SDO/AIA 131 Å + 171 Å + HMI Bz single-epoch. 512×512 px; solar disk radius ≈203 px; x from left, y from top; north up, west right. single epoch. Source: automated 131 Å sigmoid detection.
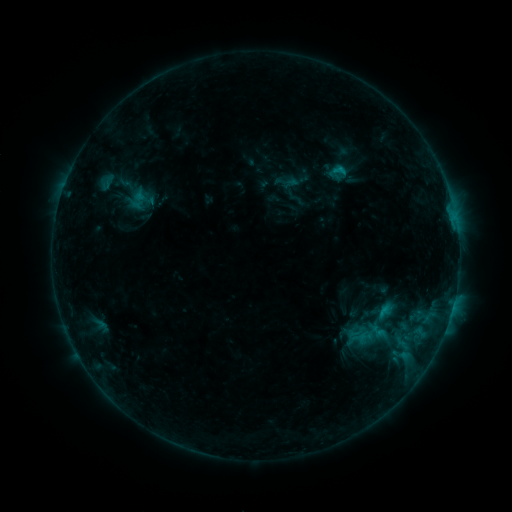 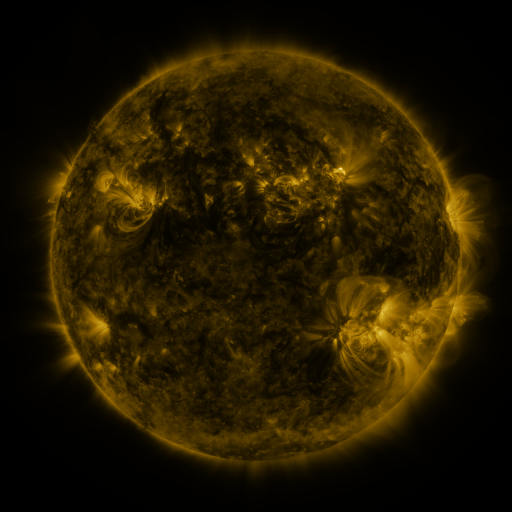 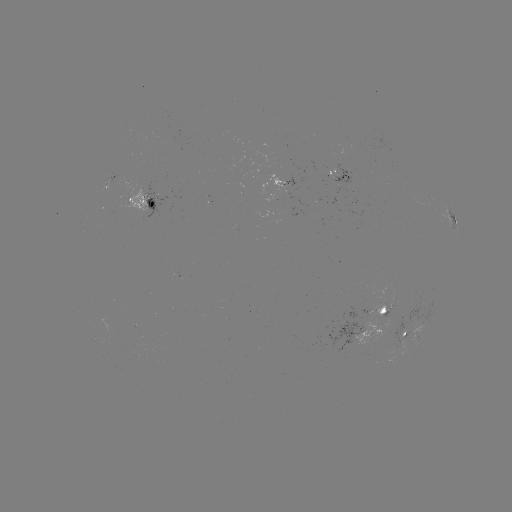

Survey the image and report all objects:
sigmoid: [329, 161, 351, 179]
